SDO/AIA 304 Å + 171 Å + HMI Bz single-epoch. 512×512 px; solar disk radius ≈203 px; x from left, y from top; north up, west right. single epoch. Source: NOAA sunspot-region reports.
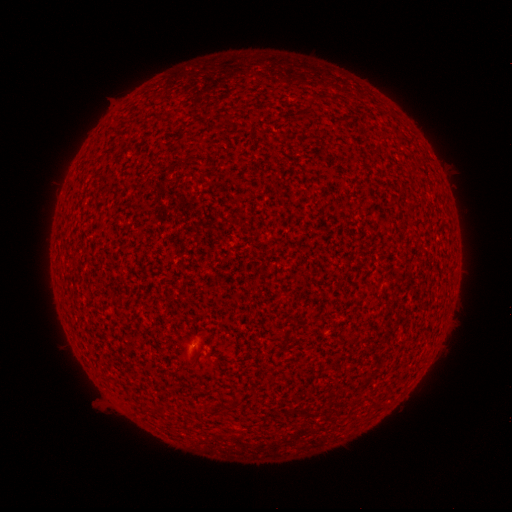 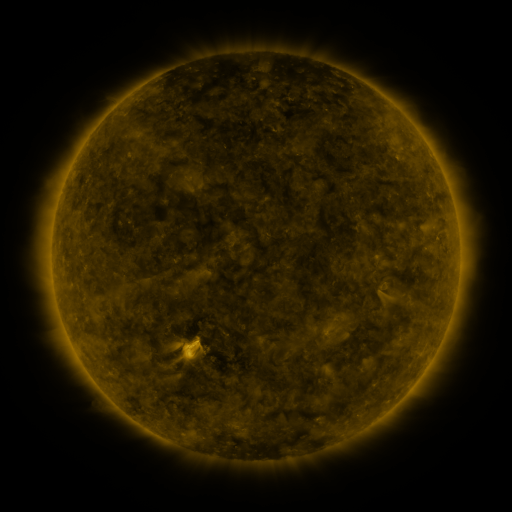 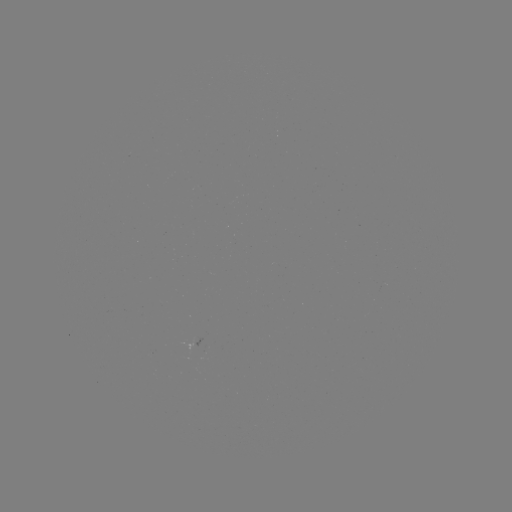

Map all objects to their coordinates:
(none)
